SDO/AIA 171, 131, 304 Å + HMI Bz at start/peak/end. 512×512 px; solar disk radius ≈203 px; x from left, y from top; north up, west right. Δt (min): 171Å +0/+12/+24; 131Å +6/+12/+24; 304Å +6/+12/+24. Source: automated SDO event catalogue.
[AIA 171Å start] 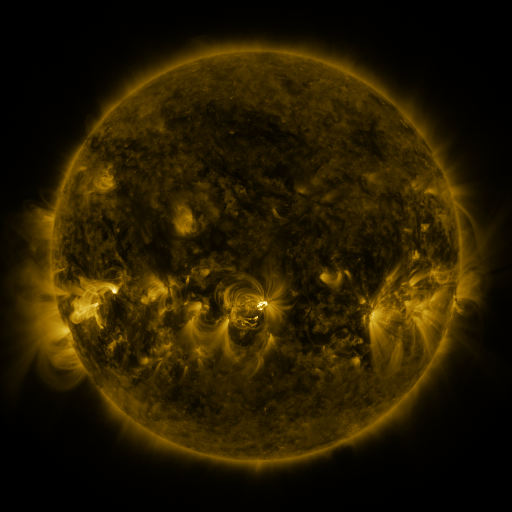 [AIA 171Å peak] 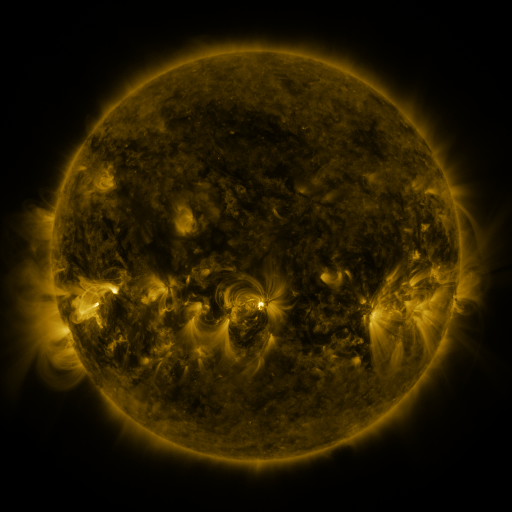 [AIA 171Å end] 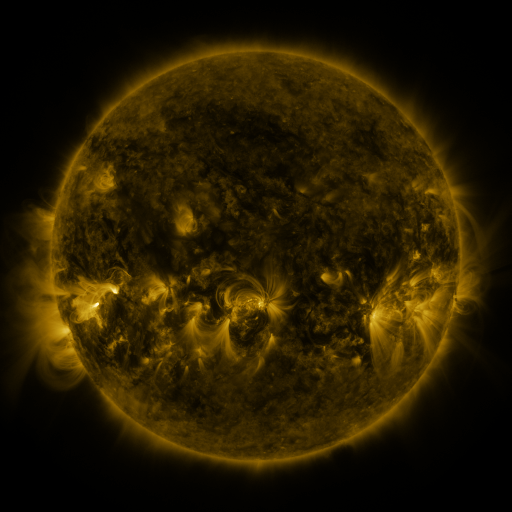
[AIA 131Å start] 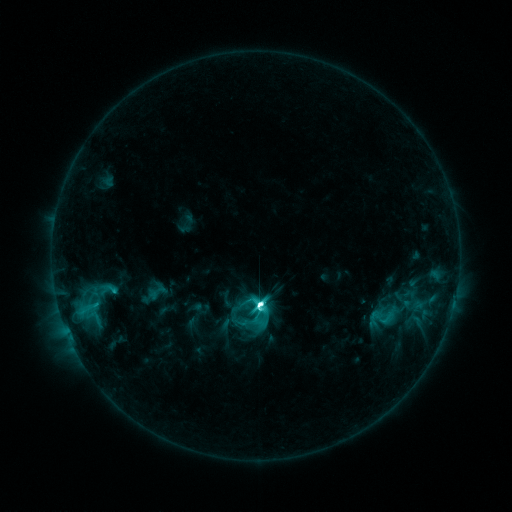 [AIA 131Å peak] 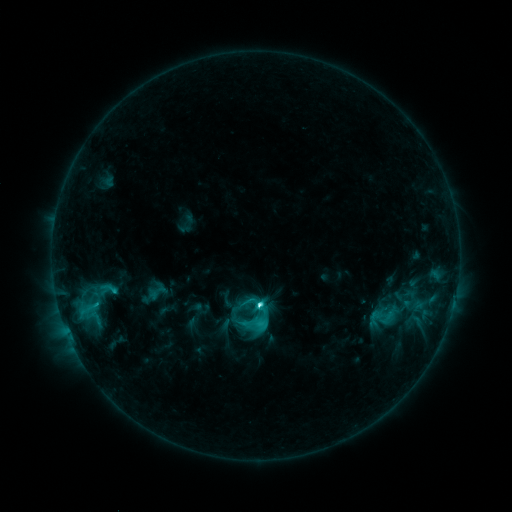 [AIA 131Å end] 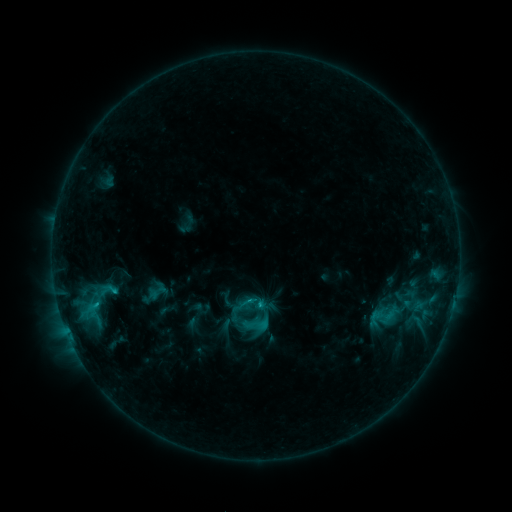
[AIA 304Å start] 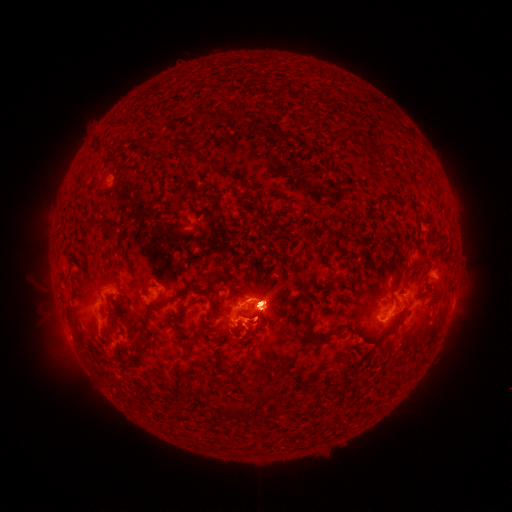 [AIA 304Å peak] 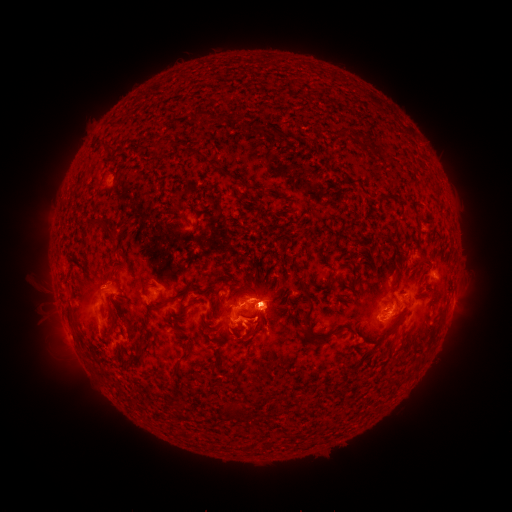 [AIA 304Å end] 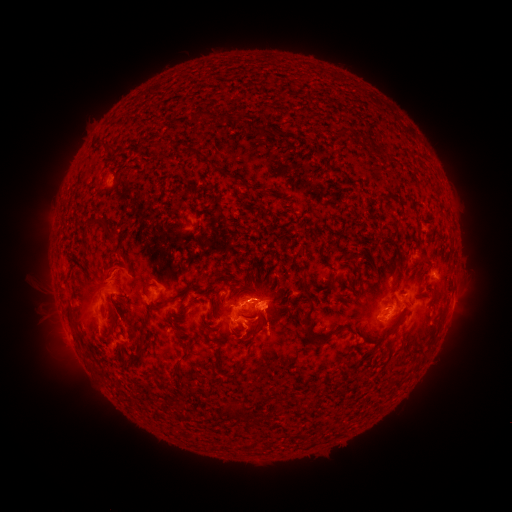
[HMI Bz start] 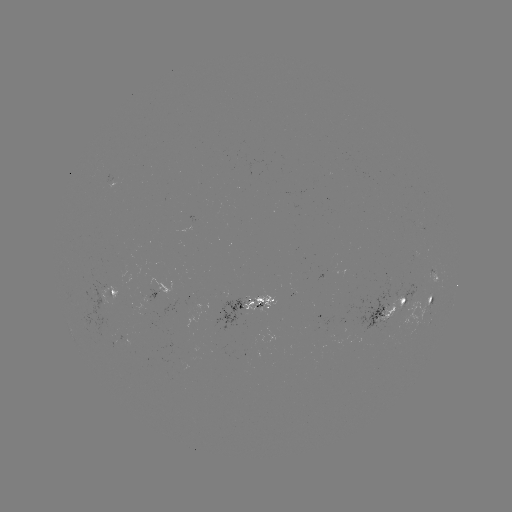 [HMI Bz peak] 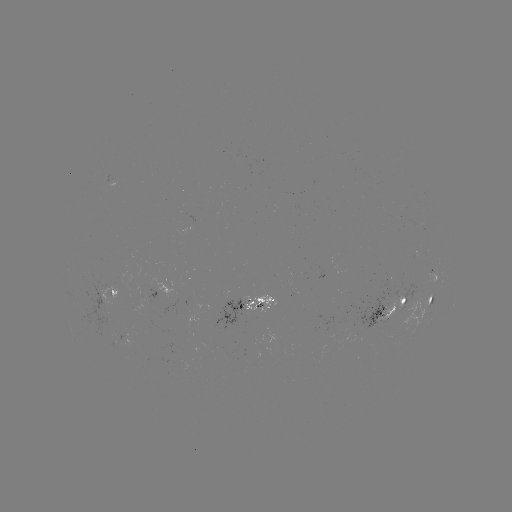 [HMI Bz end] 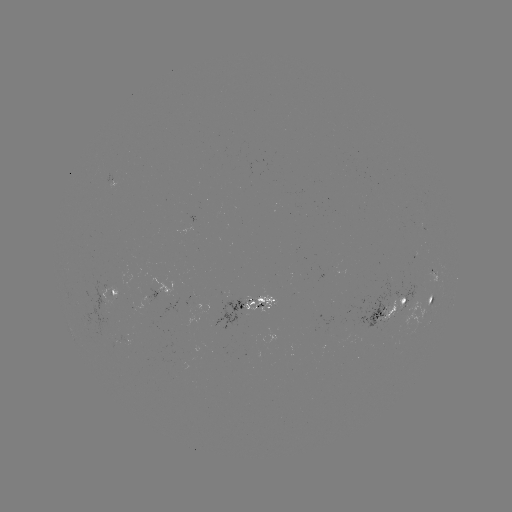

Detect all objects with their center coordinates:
eruption: (106, 277)
